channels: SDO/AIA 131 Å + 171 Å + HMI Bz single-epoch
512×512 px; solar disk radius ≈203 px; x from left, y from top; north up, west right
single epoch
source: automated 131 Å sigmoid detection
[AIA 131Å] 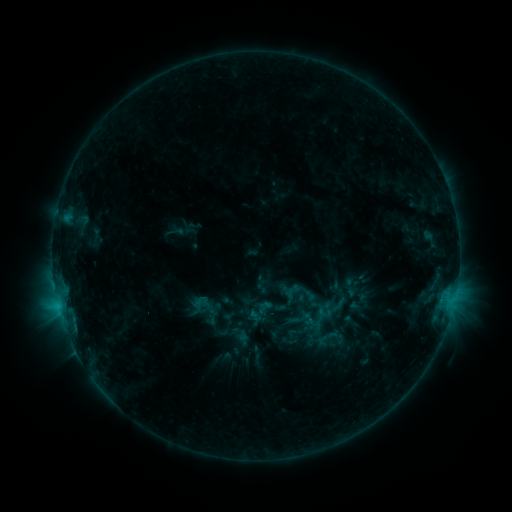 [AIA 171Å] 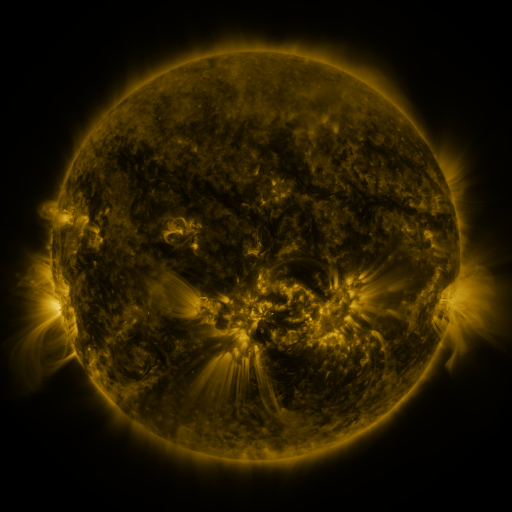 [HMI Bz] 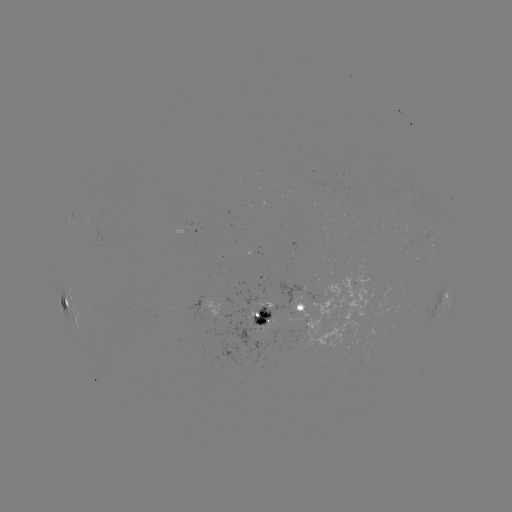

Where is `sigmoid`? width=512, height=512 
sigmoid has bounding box [275, 310, 301, 336].